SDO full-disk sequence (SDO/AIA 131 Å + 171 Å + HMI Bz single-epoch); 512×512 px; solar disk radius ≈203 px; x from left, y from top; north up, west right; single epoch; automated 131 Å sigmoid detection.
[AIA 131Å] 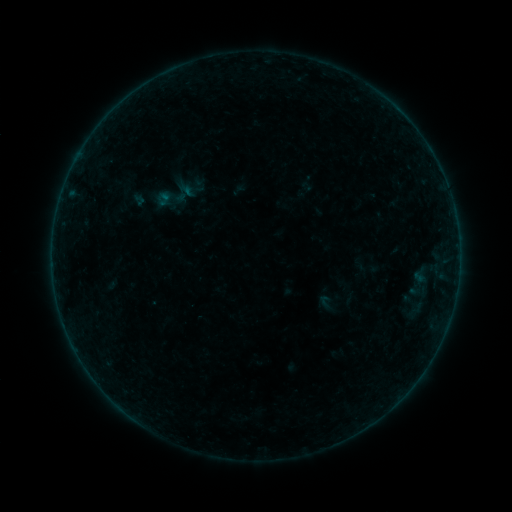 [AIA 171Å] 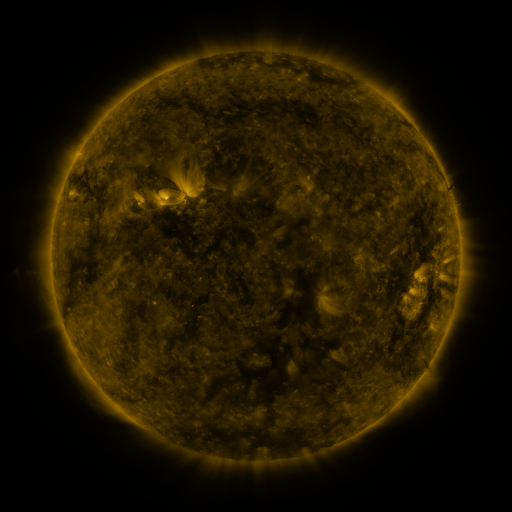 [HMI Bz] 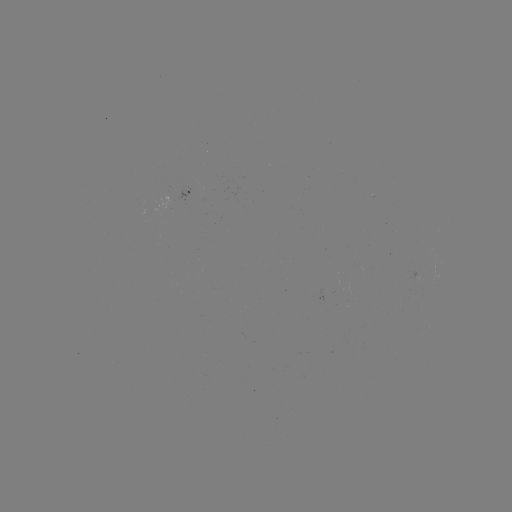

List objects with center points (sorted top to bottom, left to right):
sigmoid: (169, 198)
